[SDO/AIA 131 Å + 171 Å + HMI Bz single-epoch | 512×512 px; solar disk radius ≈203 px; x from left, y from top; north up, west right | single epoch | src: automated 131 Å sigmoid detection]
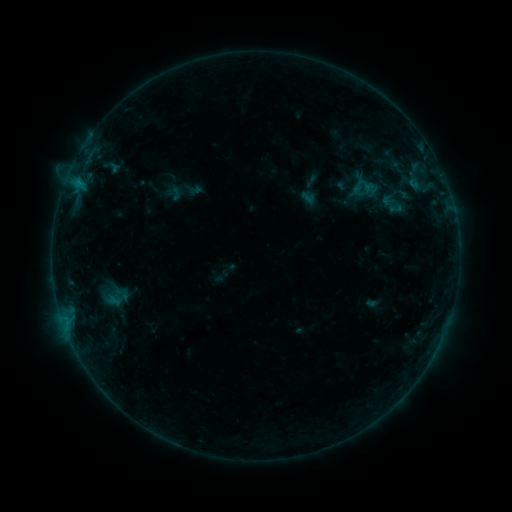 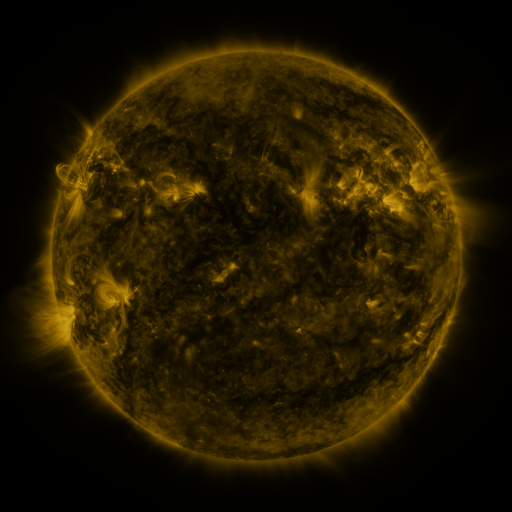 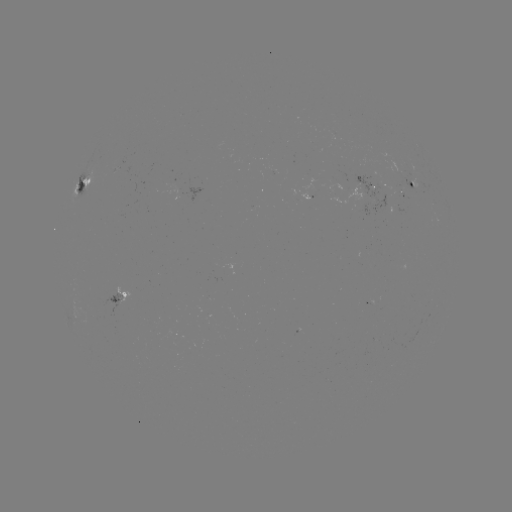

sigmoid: [98, 287, 128, 309]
